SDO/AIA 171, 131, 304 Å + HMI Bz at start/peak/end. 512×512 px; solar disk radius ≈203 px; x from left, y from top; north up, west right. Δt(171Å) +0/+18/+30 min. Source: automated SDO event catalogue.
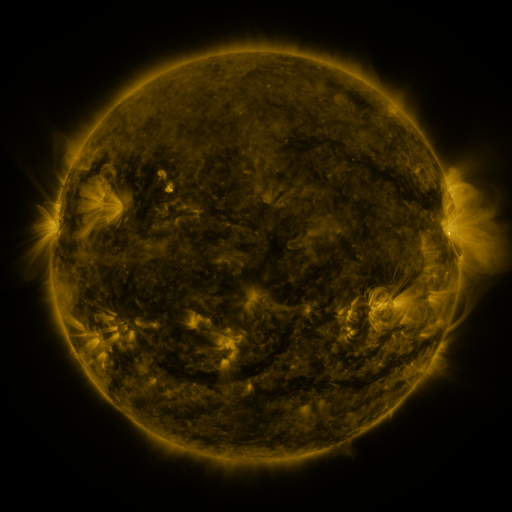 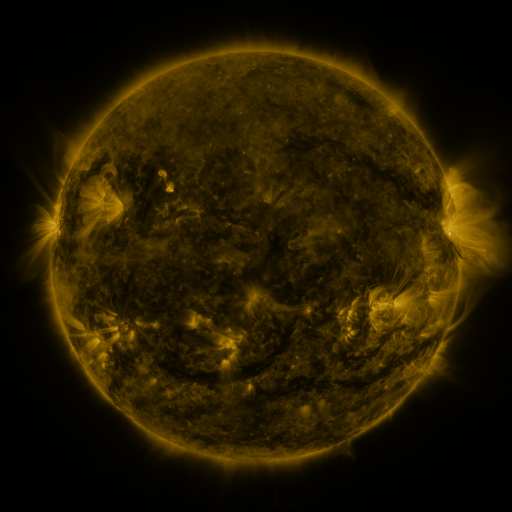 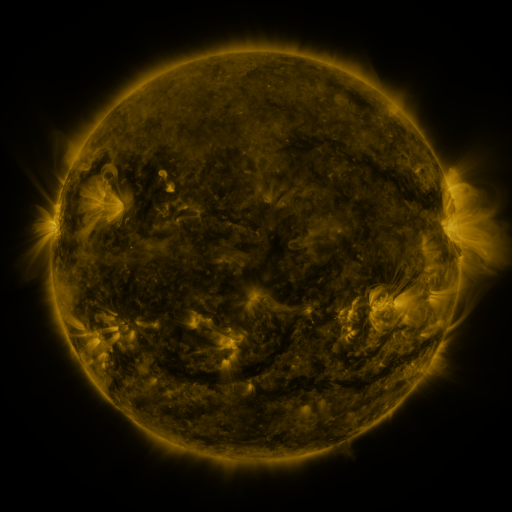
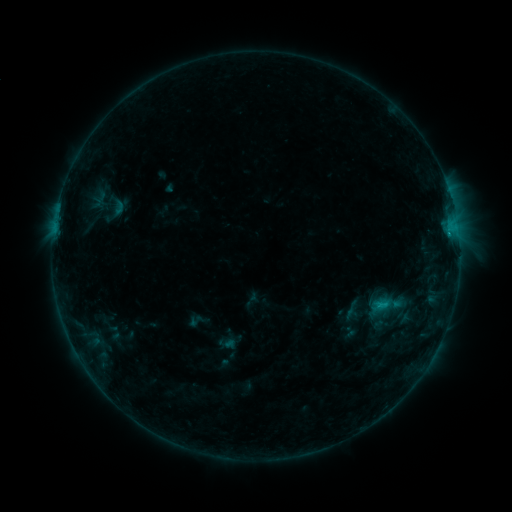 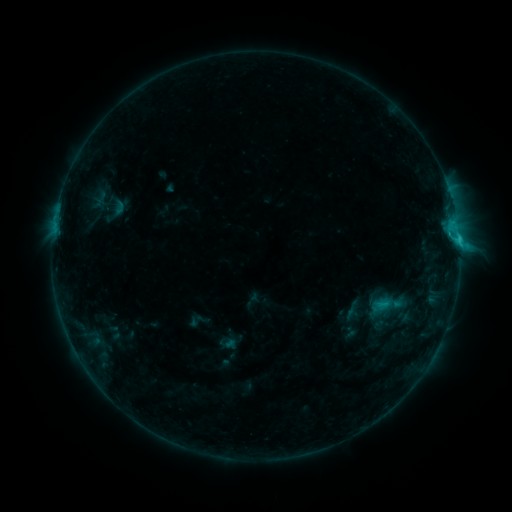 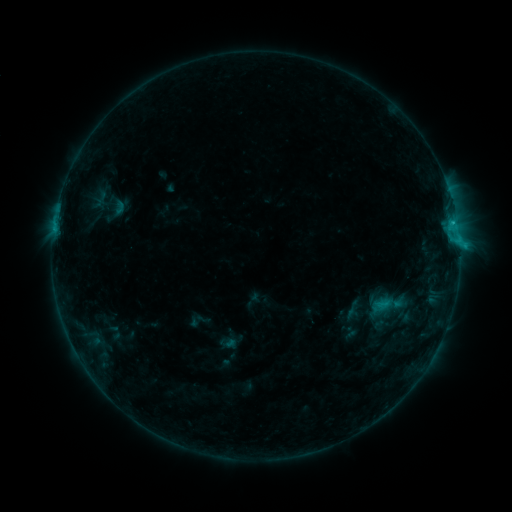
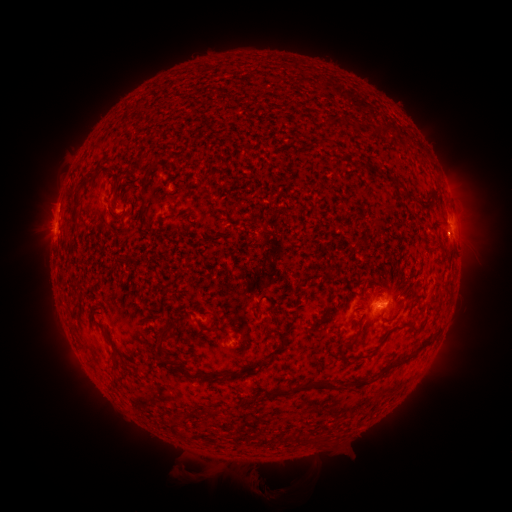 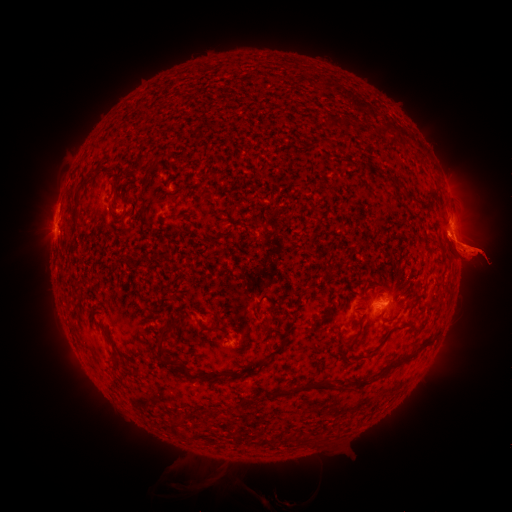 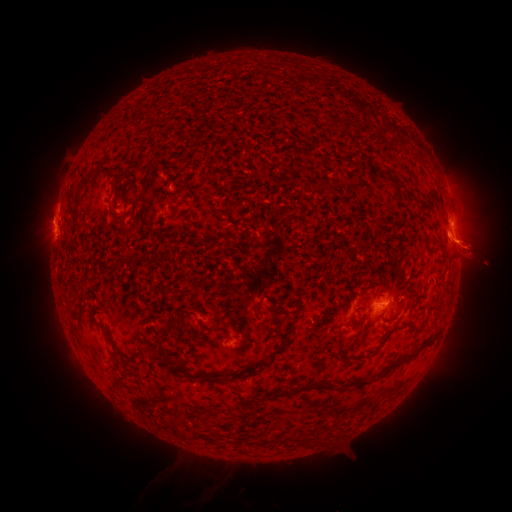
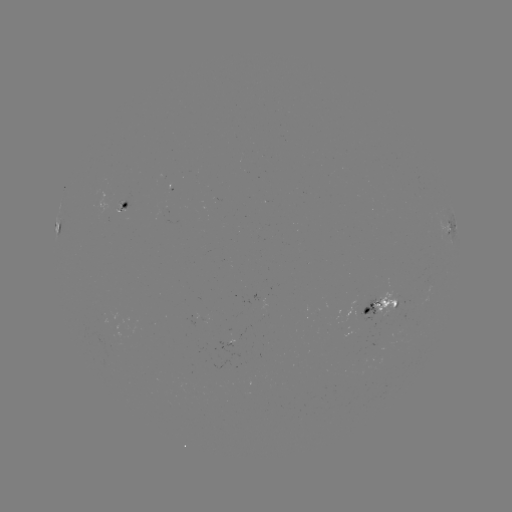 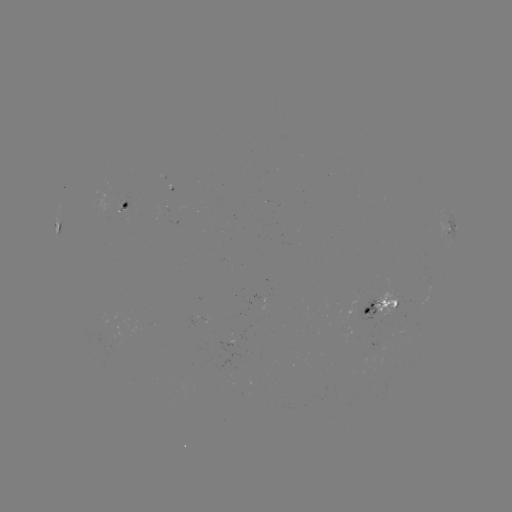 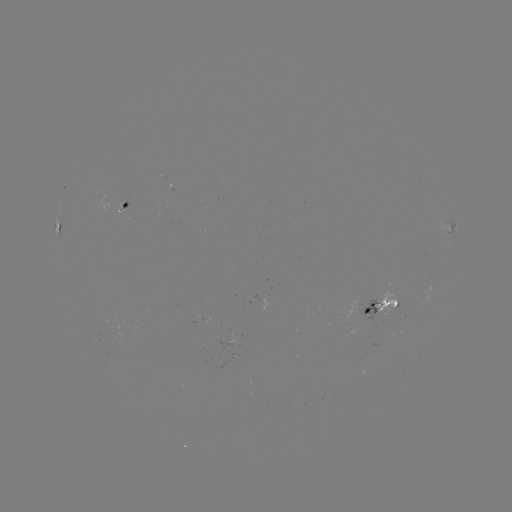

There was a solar eruption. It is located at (22, 248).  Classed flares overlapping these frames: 1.